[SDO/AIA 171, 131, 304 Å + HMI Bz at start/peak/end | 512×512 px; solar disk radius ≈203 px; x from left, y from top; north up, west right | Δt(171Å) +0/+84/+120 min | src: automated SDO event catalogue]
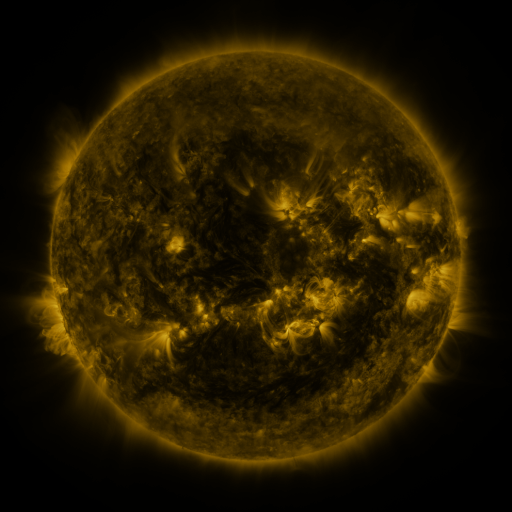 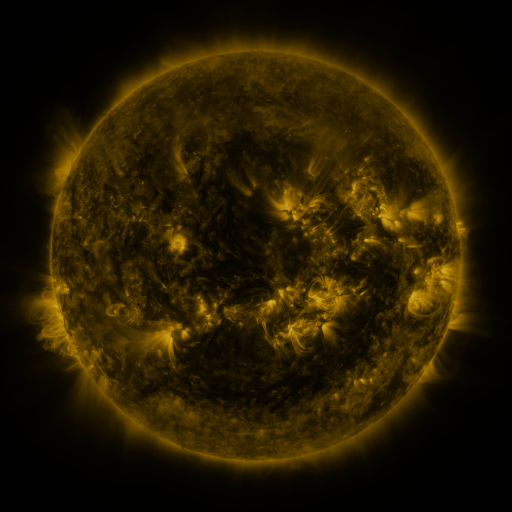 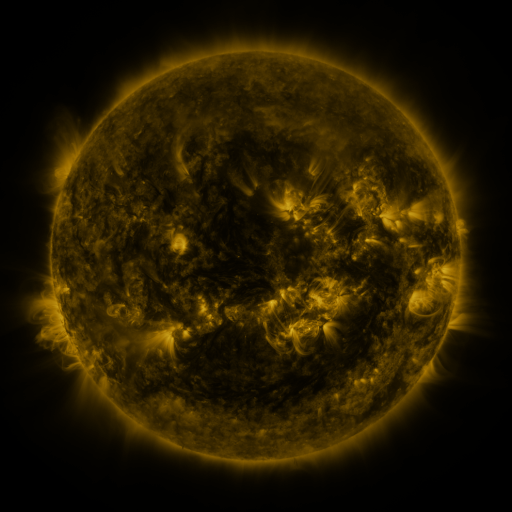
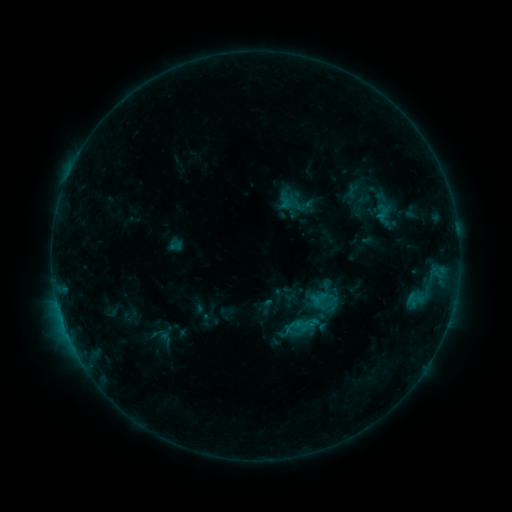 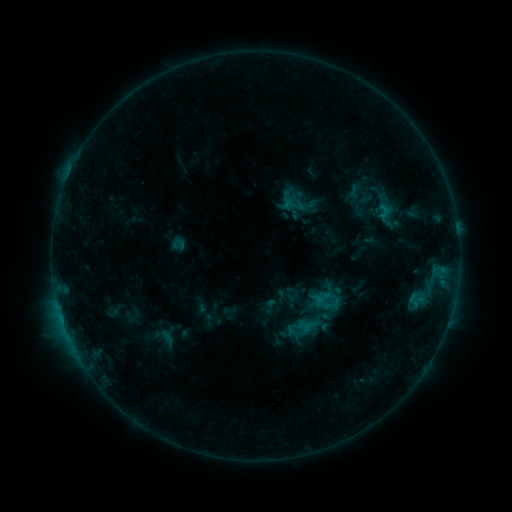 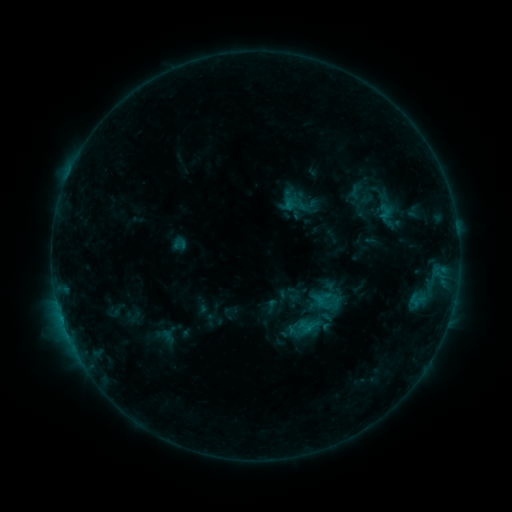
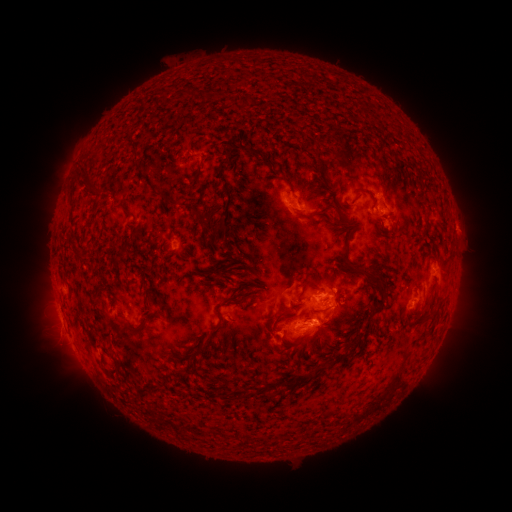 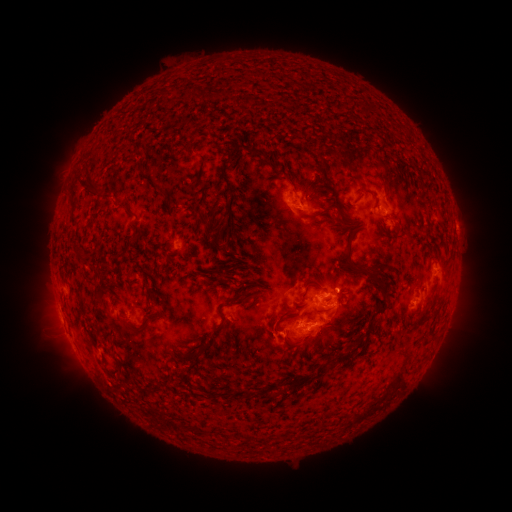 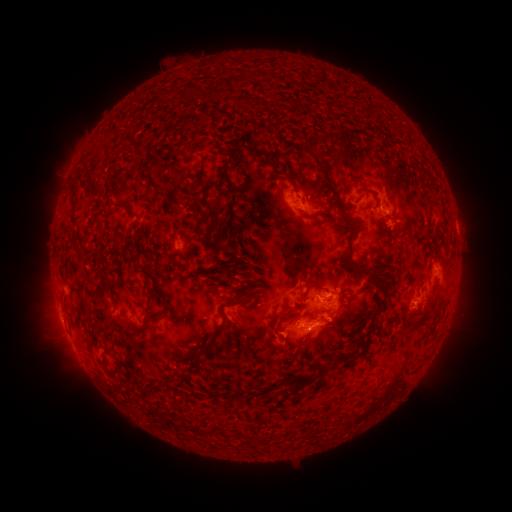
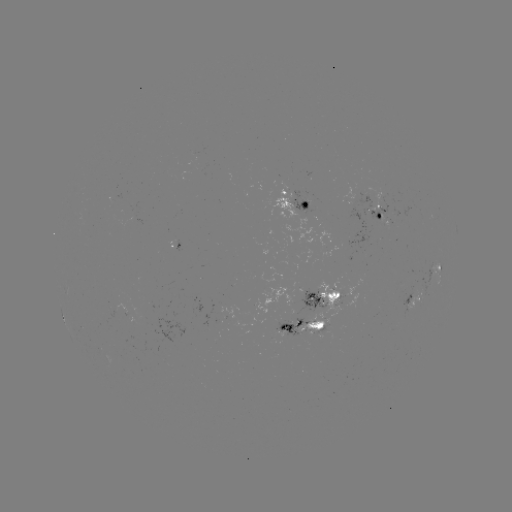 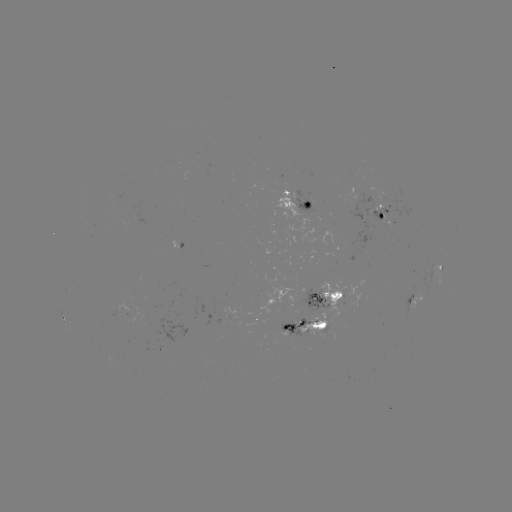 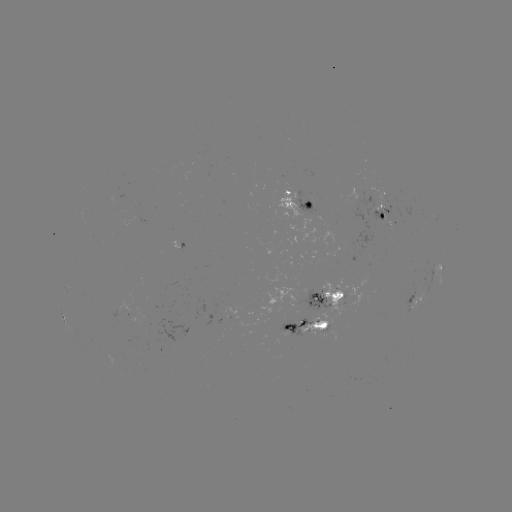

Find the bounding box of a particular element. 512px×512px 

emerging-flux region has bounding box [421, 277, 427, 299].